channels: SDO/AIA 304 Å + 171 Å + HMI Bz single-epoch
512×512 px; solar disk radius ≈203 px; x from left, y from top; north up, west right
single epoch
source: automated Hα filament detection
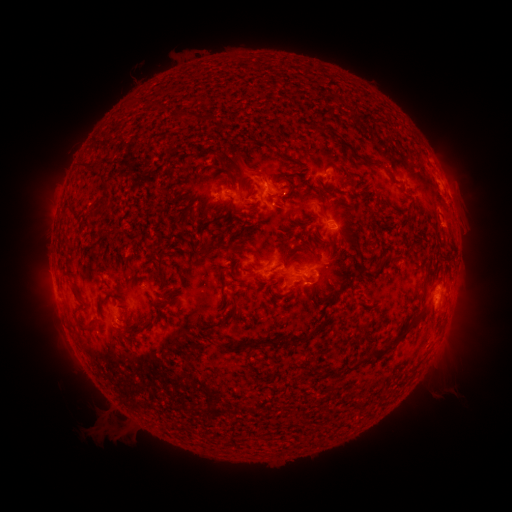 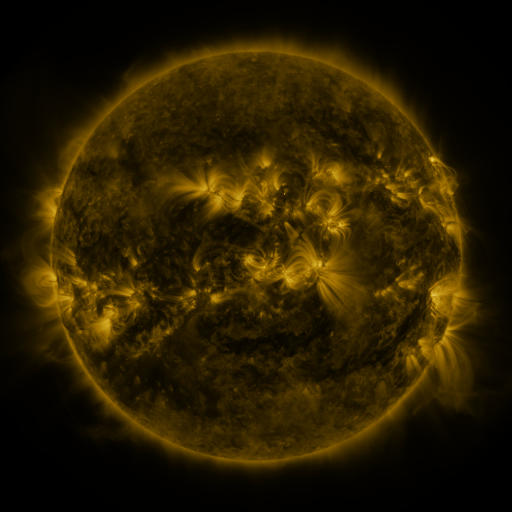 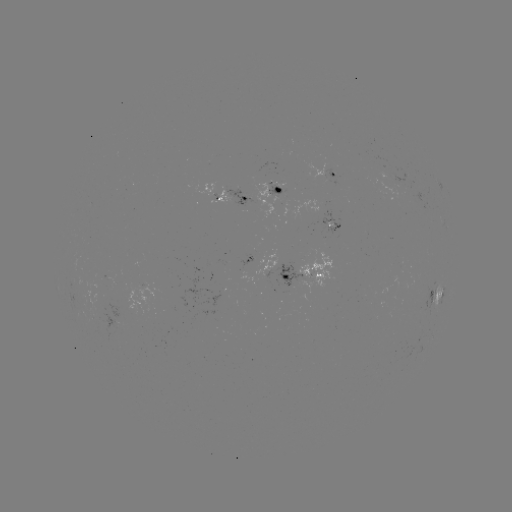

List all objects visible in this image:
filament: (152, 108)
filament: (177, 116)
filament: (317, 127)
filament: (273, 143)
filament: (276, 155)
filament: (356, 155)
filament: (94, 172)
filament: (254, 173)
filament: (345, 176)
filament: (276, 179)
filament: (103, 187)
filament: (291, 191)
filament: (320, 193)
filament: (327, 247)
filament: (289, 252)
filament: (395, 255)
filament: (361, 260)
filament: (160, 265)
filament: (309, 276)
filament: (342, 282)
filament: (76, 297)
filament: (317, 301)
filament: (165, 303)
filament: (229, 318)
filament: (416, 319)
filament: (126, 322)
filament: (85, 332)
filament: (271, 340)
filament: (392, 345)
filament: (377, 350)
filament: (356, 363)
filament: (332, 372)
